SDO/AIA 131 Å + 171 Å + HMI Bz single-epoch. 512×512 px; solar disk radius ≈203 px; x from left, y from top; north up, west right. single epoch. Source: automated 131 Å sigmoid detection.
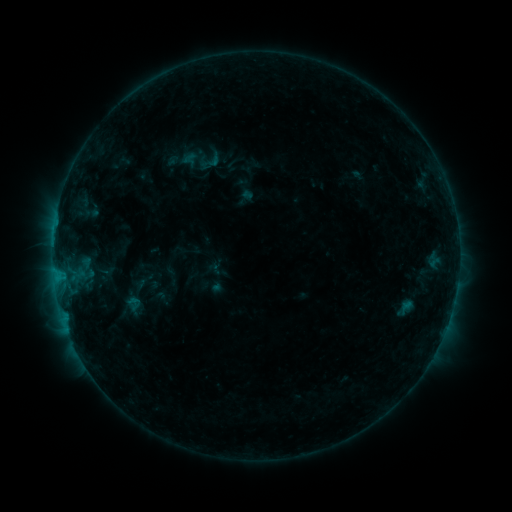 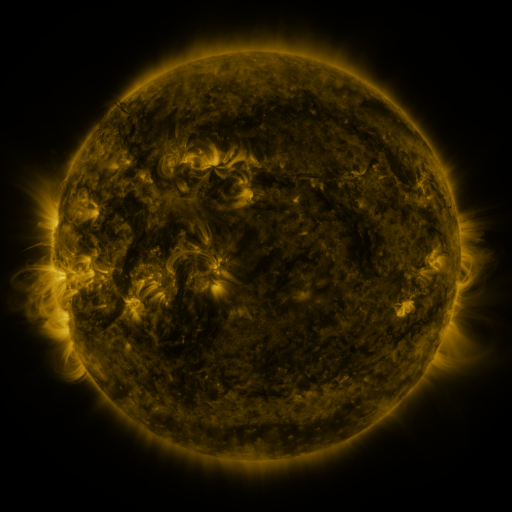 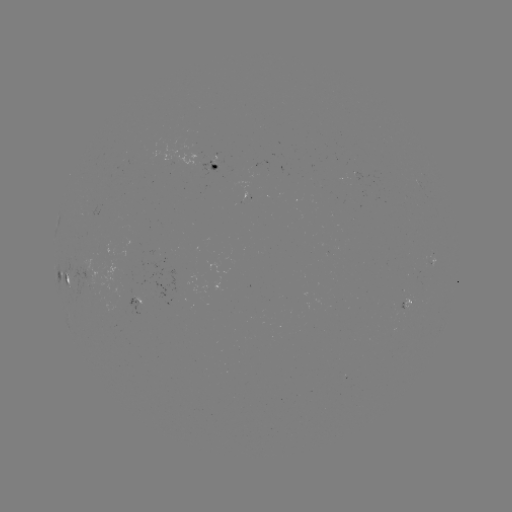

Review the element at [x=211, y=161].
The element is sigmoid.